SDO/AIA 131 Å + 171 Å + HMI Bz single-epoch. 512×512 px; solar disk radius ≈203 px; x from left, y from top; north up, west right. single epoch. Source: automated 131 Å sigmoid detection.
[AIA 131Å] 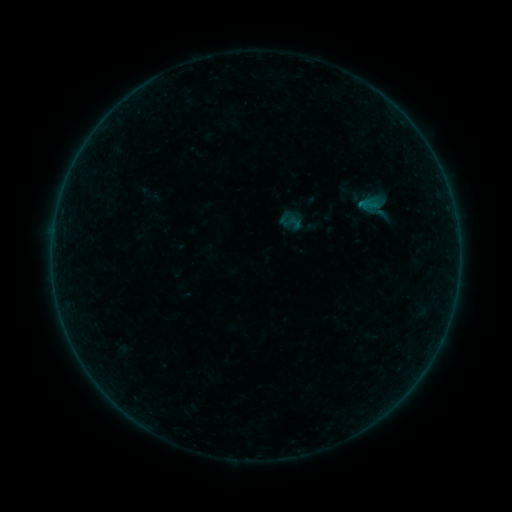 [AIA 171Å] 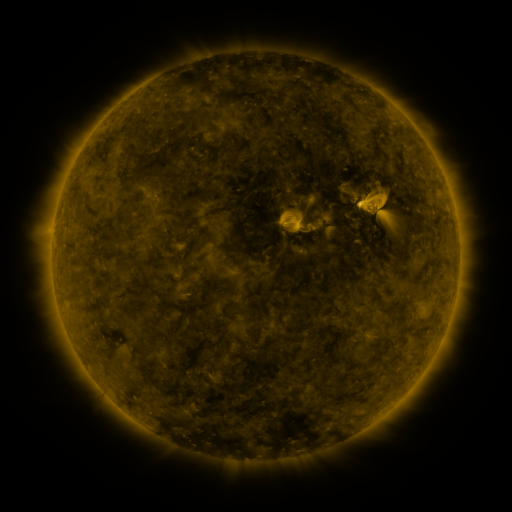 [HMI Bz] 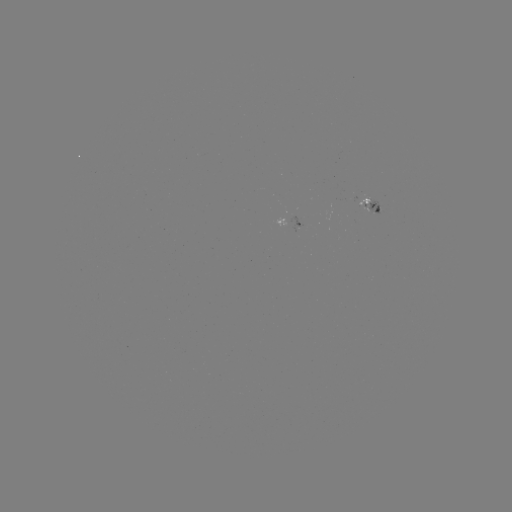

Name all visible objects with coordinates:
sigmoid: [278, 209, 302, 234]
